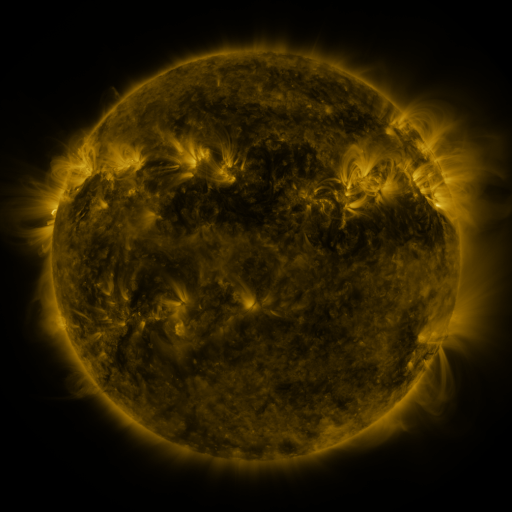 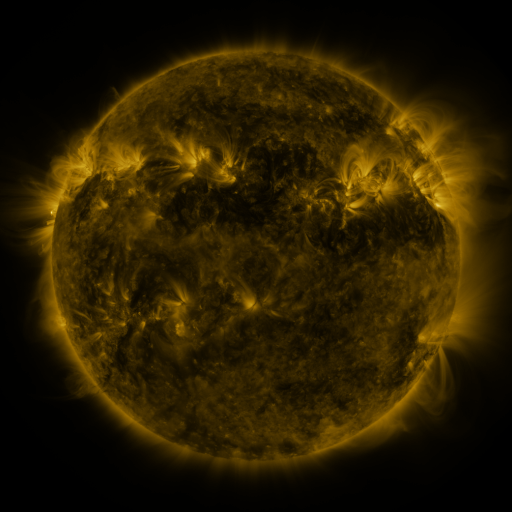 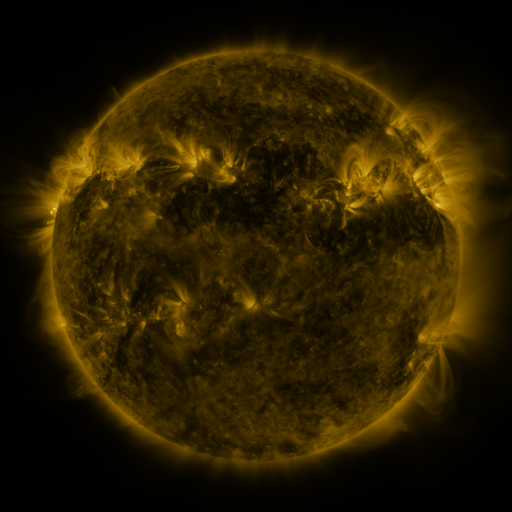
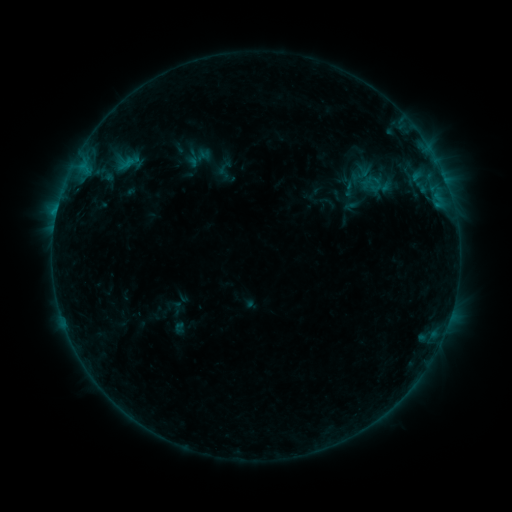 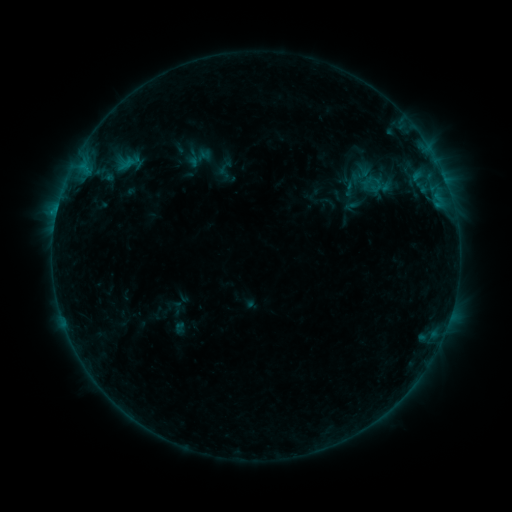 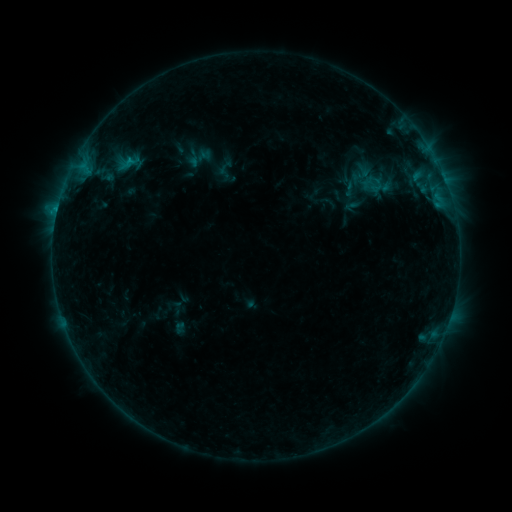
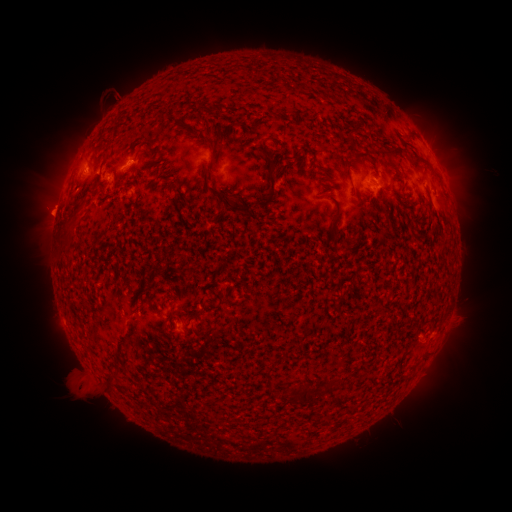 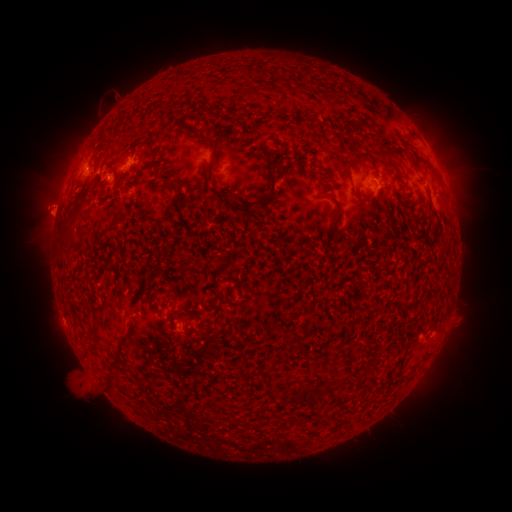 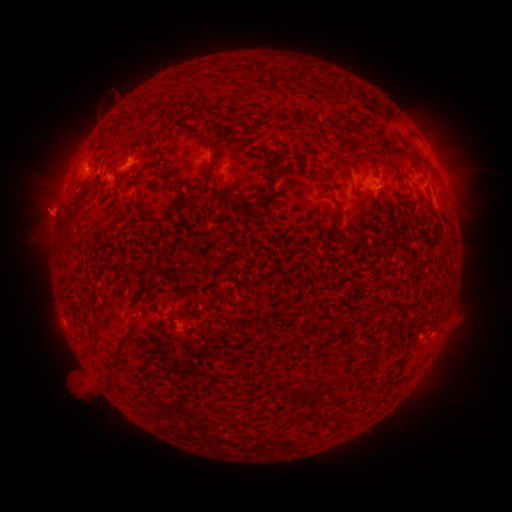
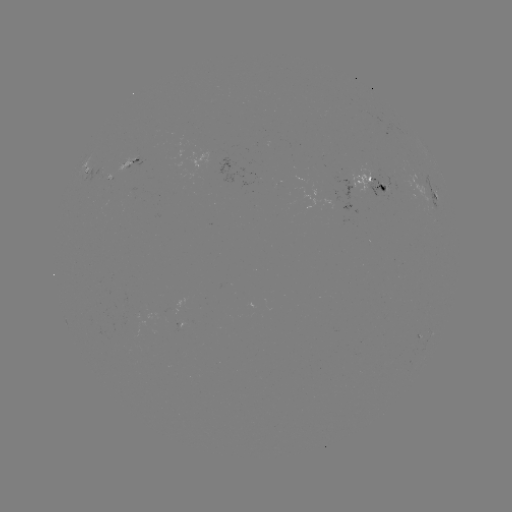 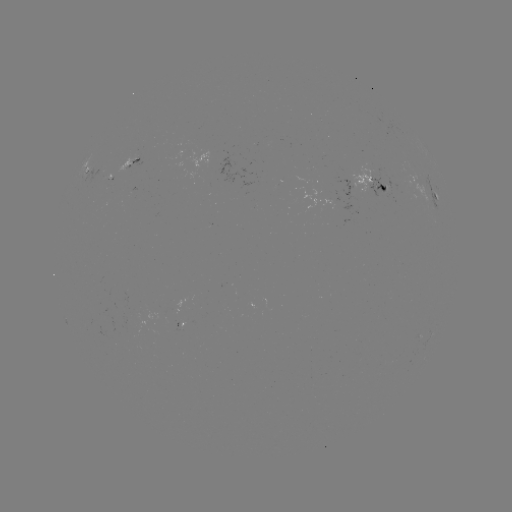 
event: eruption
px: (42, 202)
